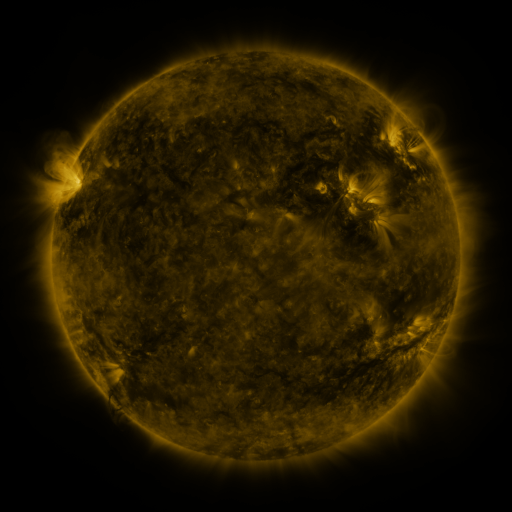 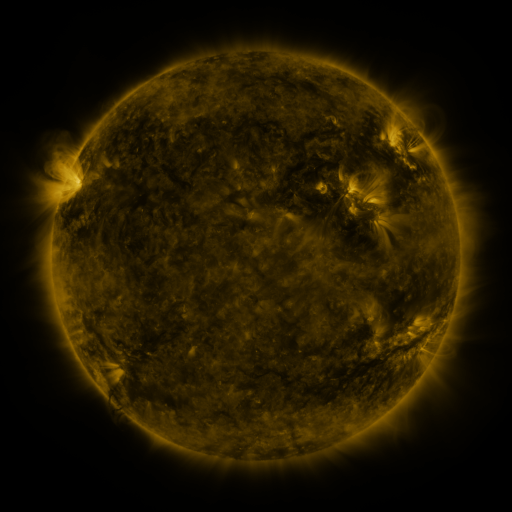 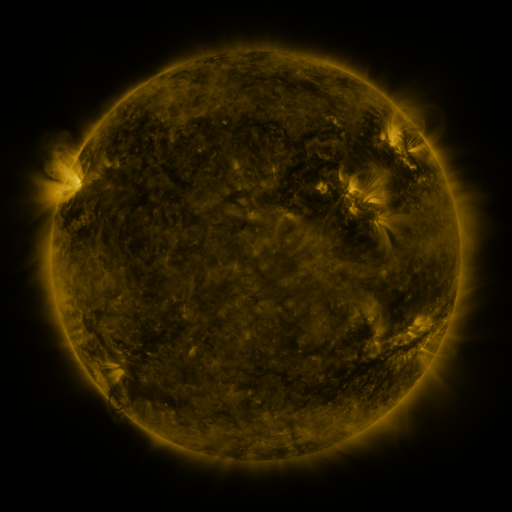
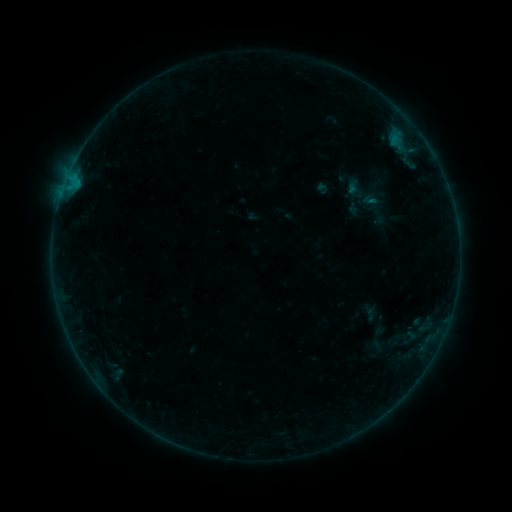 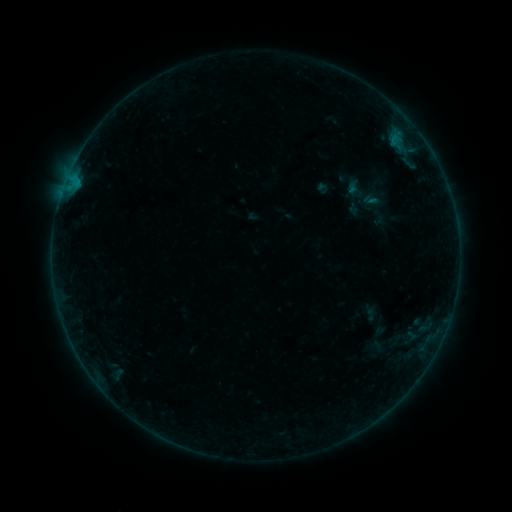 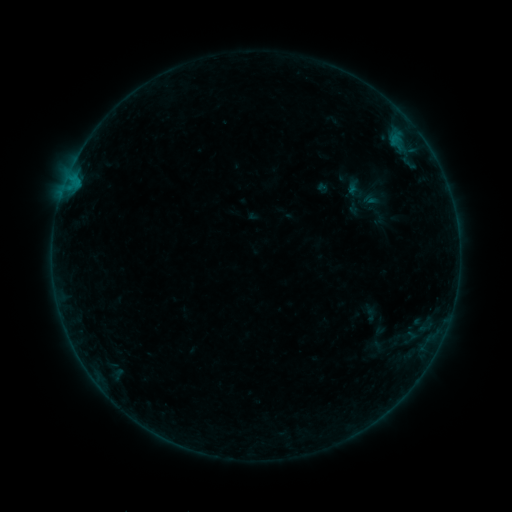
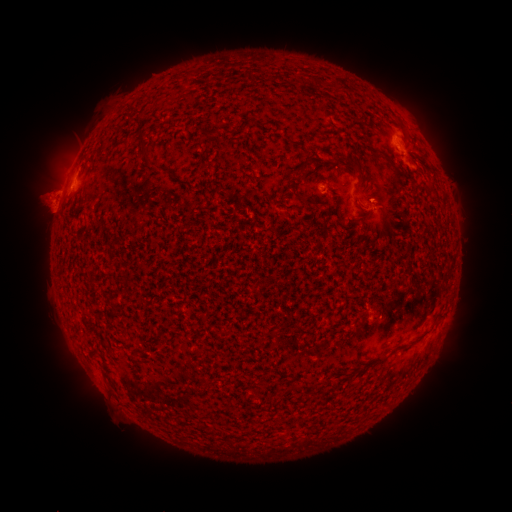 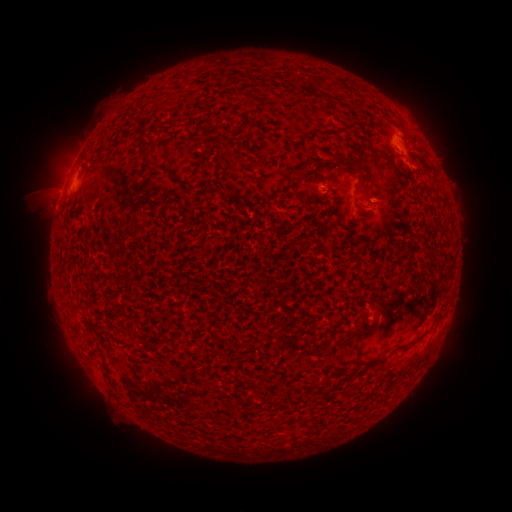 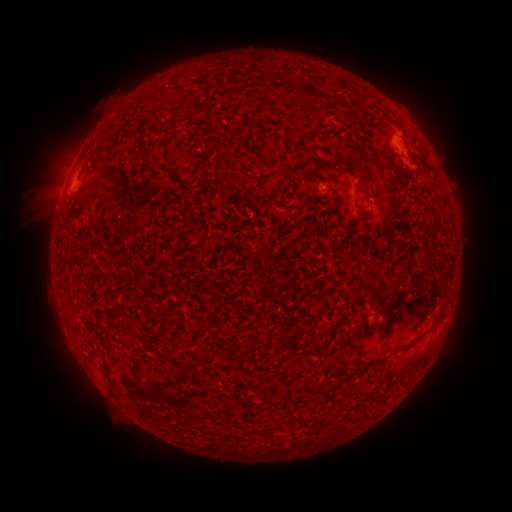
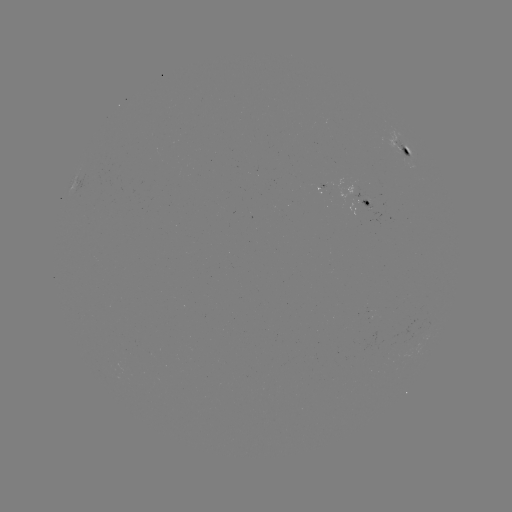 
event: eruption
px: (386, 193)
